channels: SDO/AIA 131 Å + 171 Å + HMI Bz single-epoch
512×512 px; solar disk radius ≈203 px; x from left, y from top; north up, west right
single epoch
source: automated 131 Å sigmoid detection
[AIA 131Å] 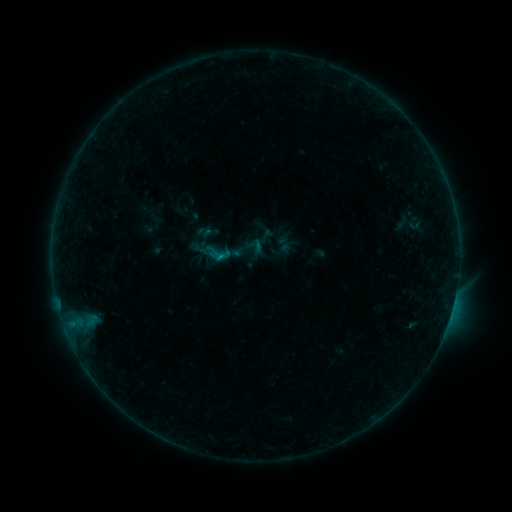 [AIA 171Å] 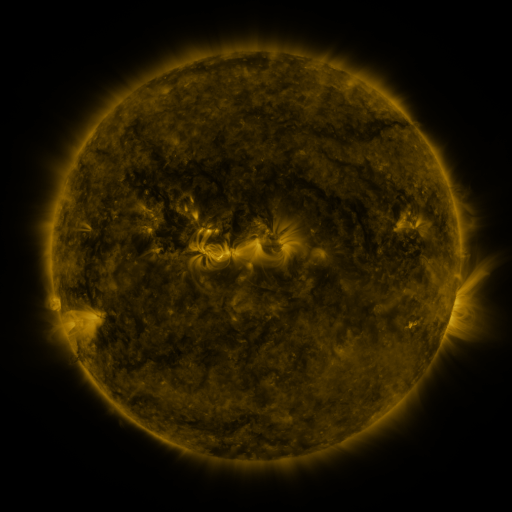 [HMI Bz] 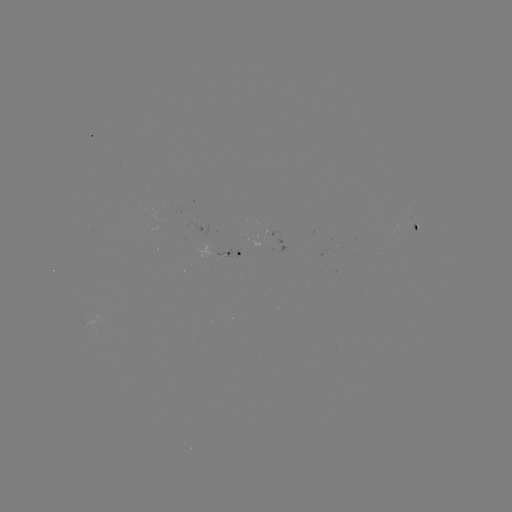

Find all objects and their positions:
sigmoid: (281, 250)
sigmoid: (217, 253)
